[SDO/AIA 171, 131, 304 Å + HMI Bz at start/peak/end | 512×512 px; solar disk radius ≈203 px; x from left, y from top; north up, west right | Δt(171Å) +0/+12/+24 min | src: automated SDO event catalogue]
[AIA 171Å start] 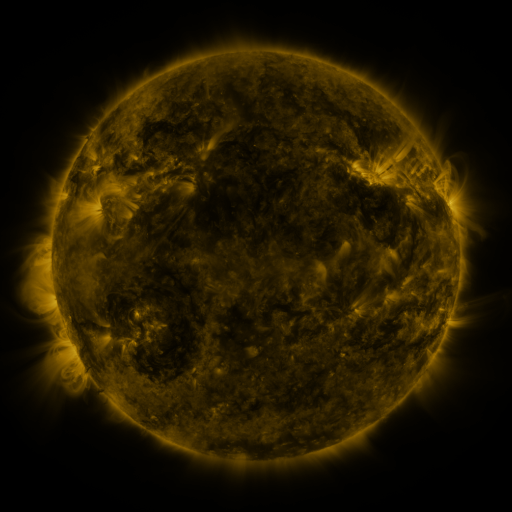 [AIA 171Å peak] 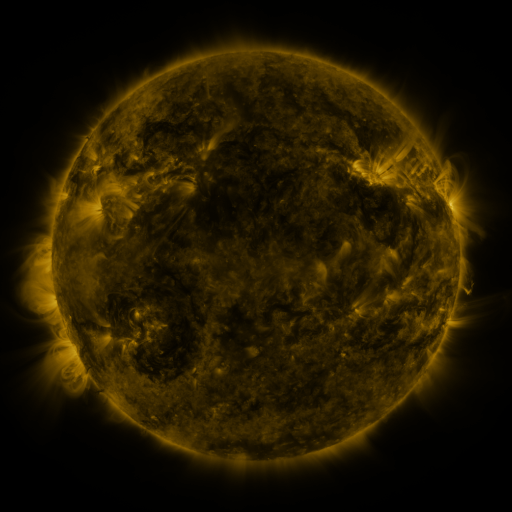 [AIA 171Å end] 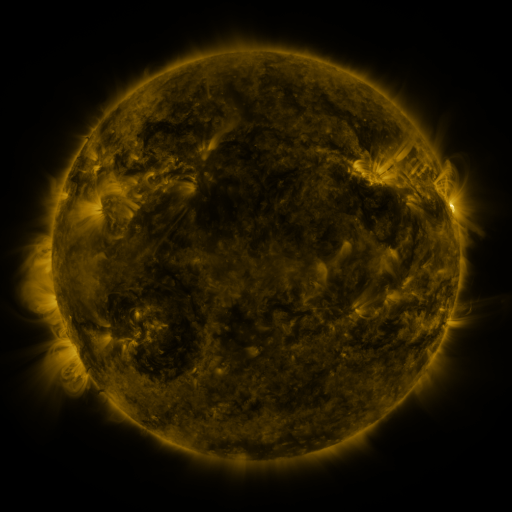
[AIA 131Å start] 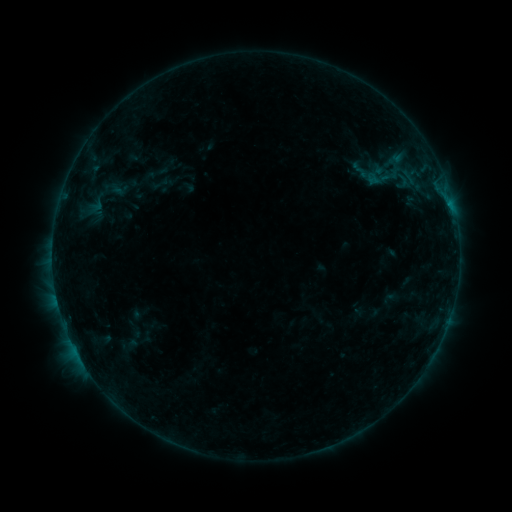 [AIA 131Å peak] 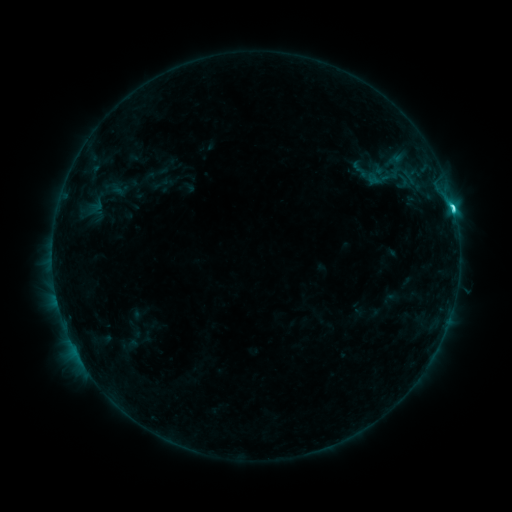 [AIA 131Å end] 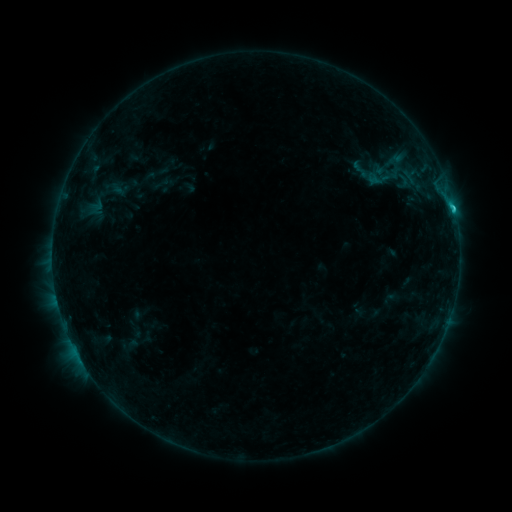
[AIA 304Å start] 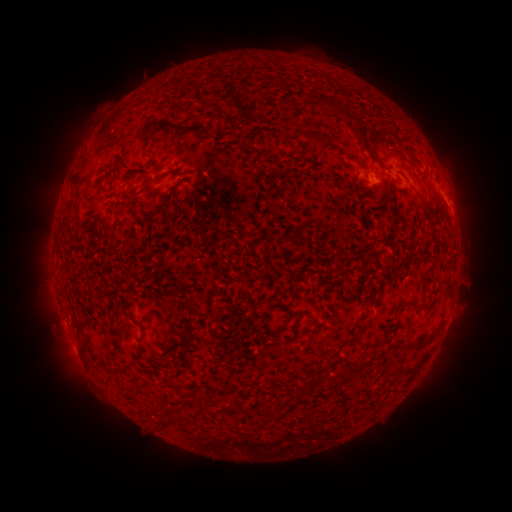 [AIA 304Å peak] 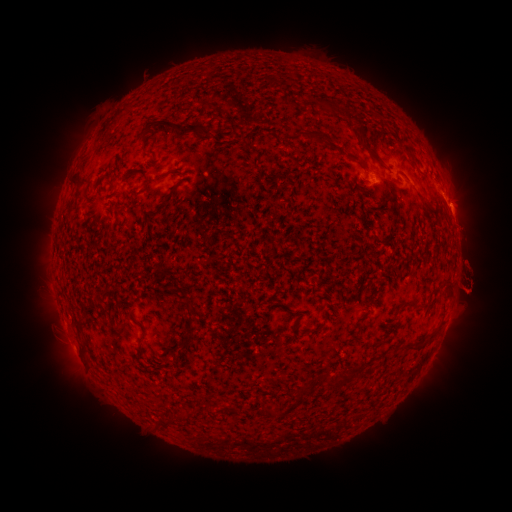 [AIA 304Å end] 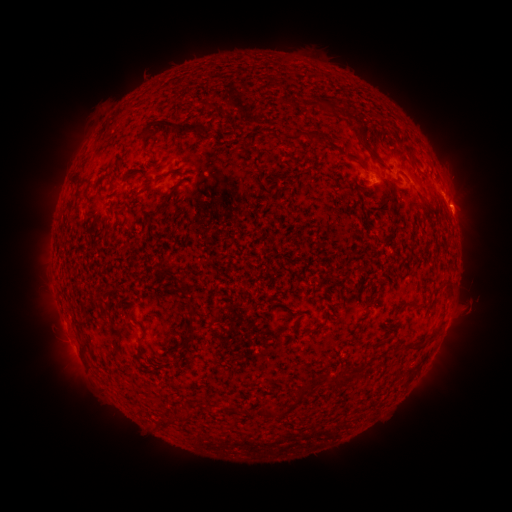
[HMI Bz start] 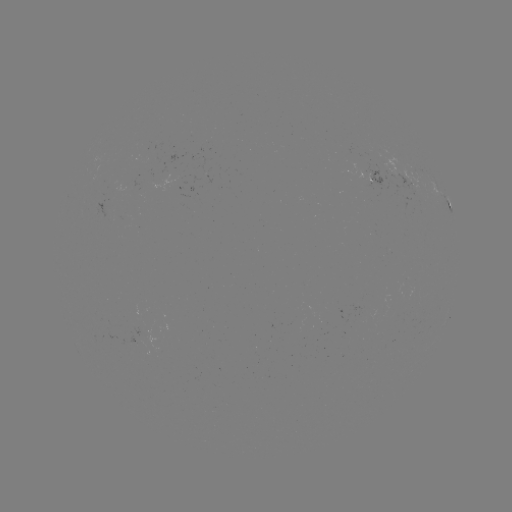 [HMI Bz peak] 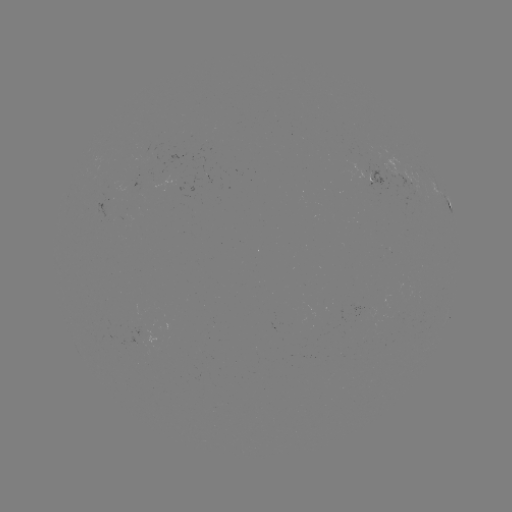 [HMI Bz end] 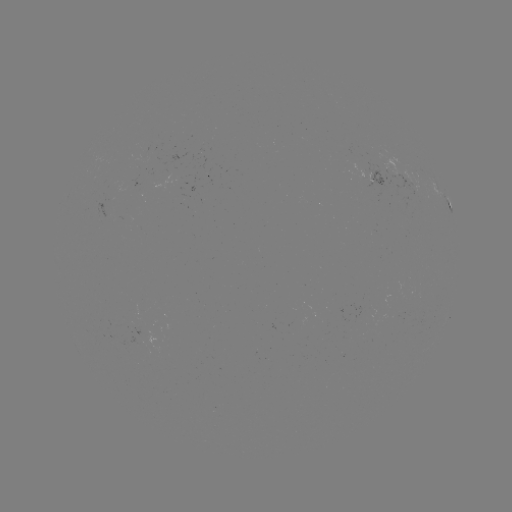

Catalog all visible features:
eruption: (472, 283)
